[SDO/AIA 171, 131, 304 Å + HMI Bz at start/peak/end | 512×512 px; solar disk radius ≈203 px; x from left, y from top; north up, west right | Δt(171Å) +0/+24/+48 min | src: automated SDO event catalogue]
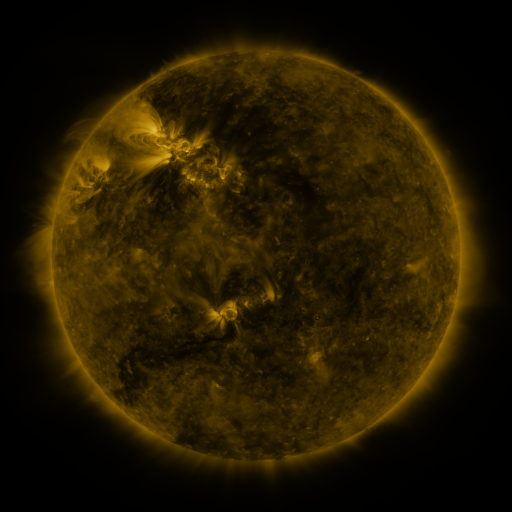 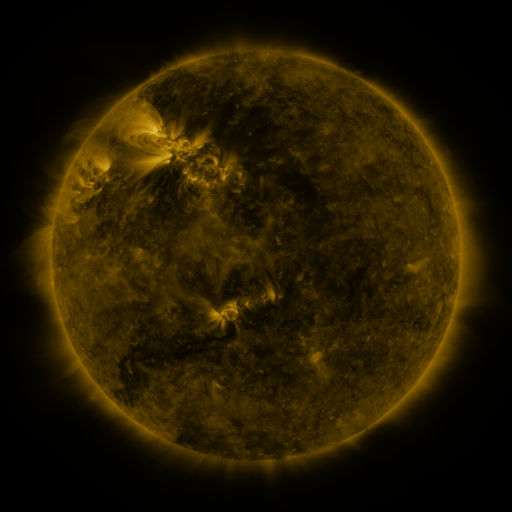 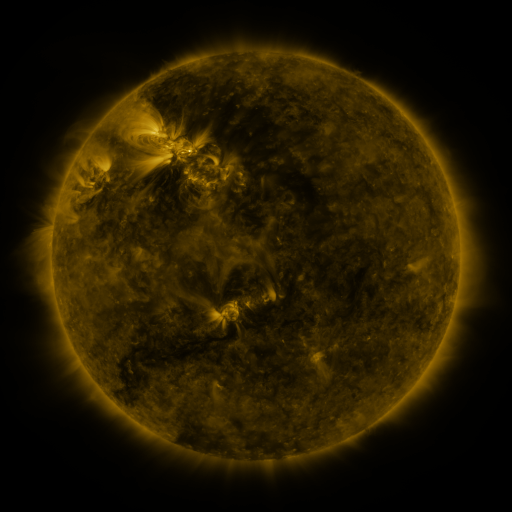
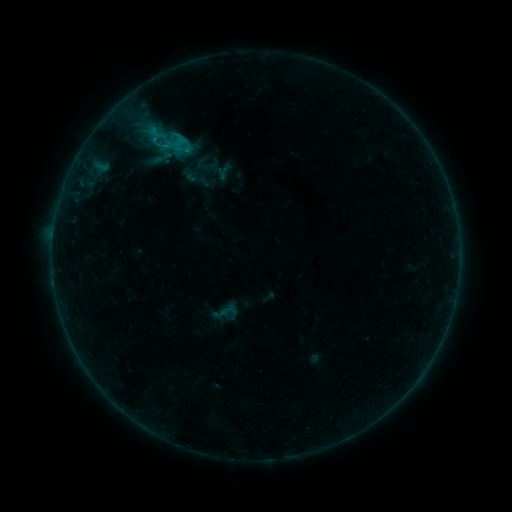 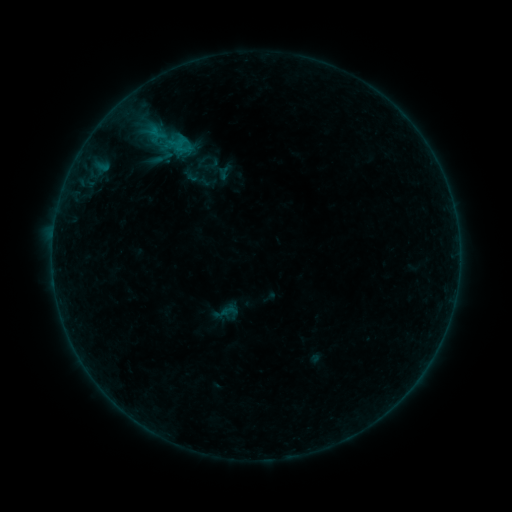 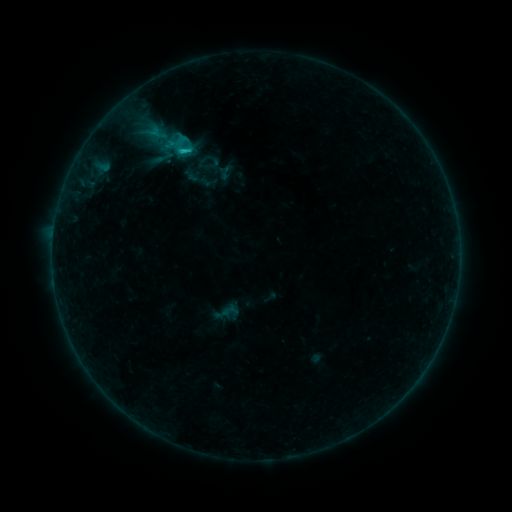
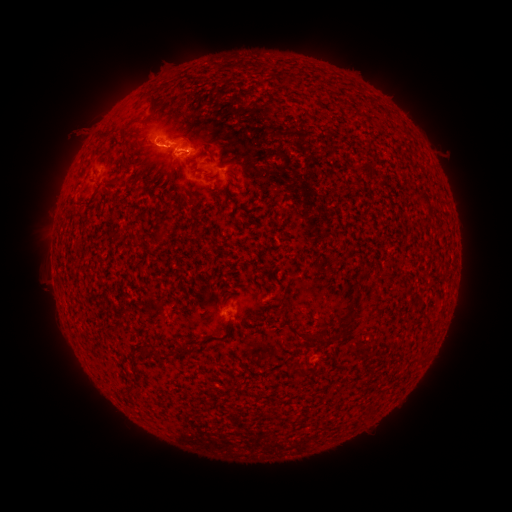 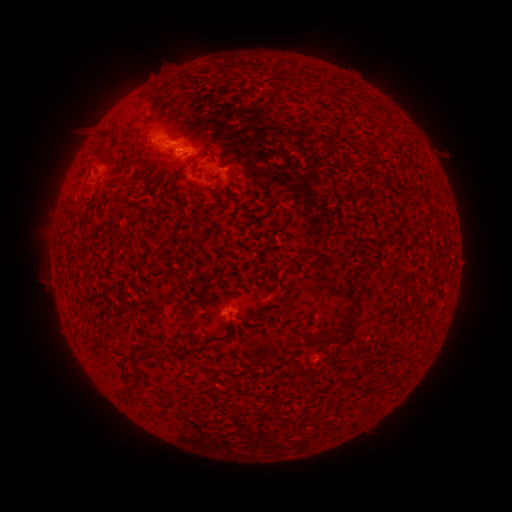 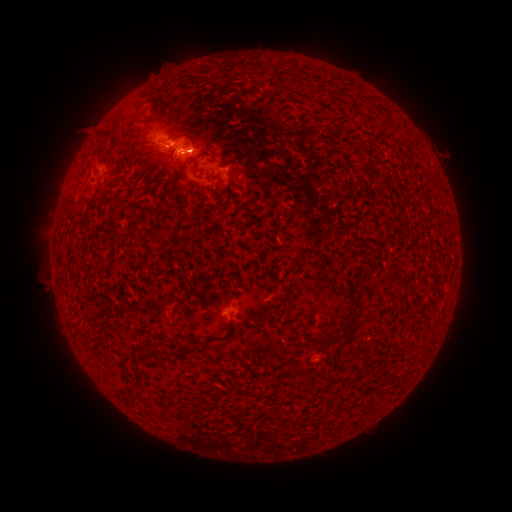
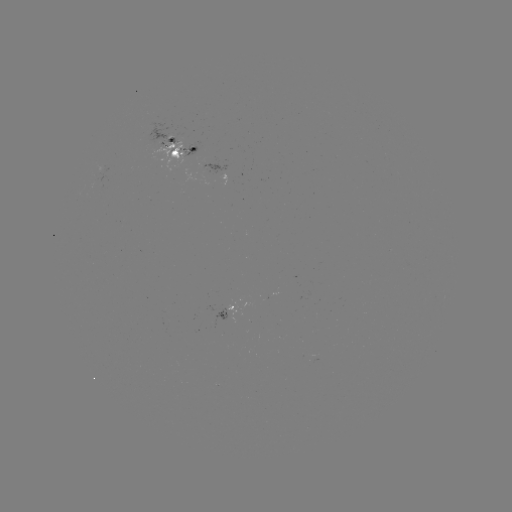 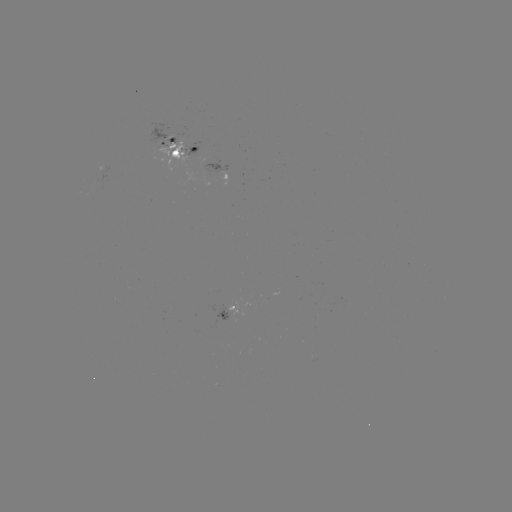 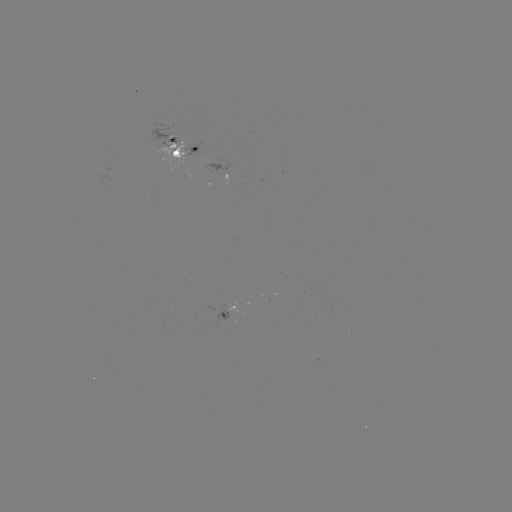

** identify emerging-flux region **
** (176, 143) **